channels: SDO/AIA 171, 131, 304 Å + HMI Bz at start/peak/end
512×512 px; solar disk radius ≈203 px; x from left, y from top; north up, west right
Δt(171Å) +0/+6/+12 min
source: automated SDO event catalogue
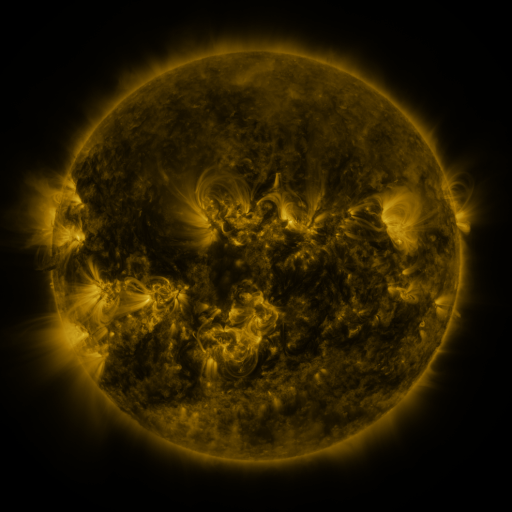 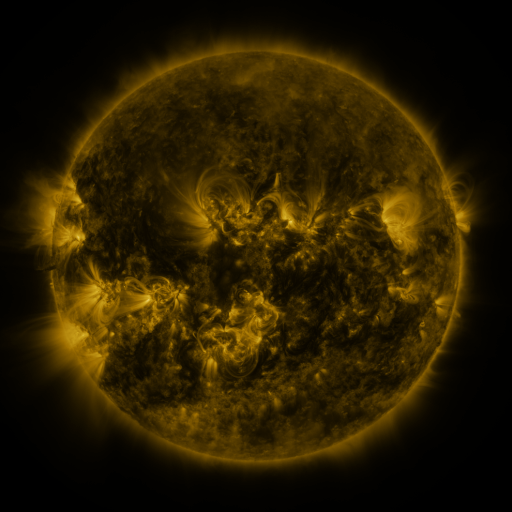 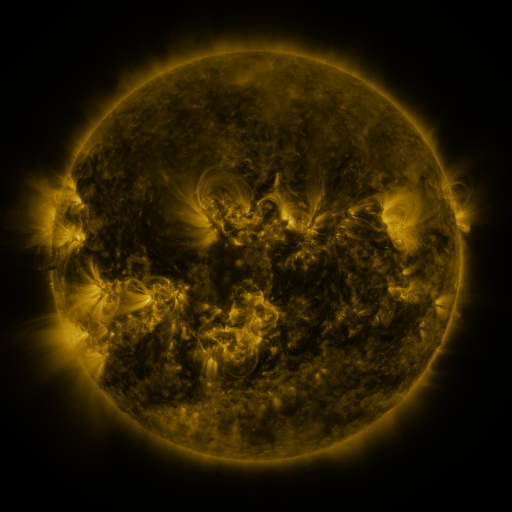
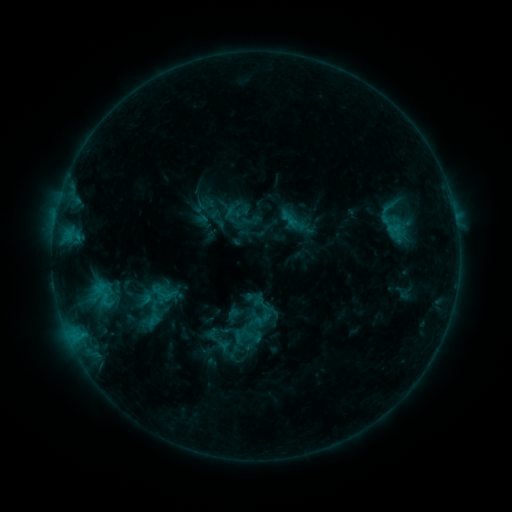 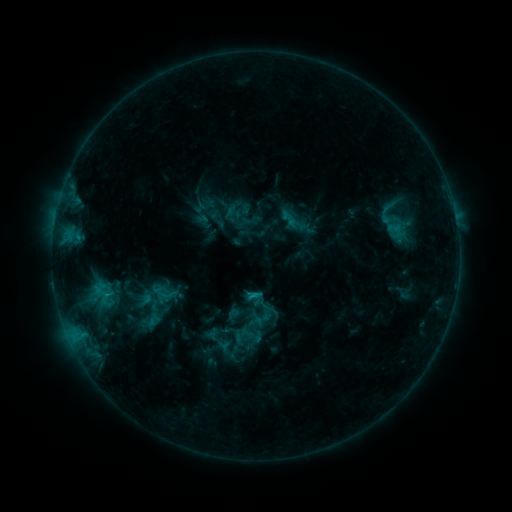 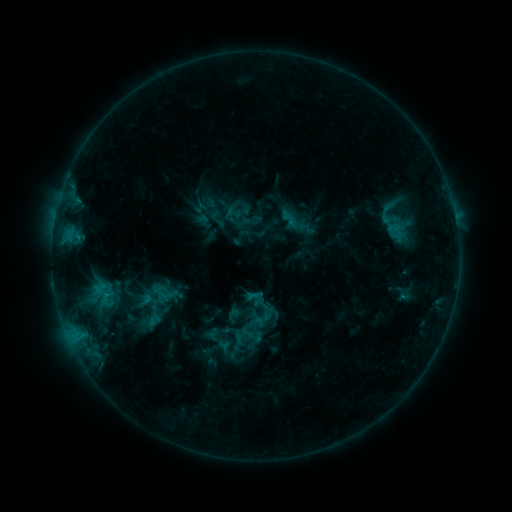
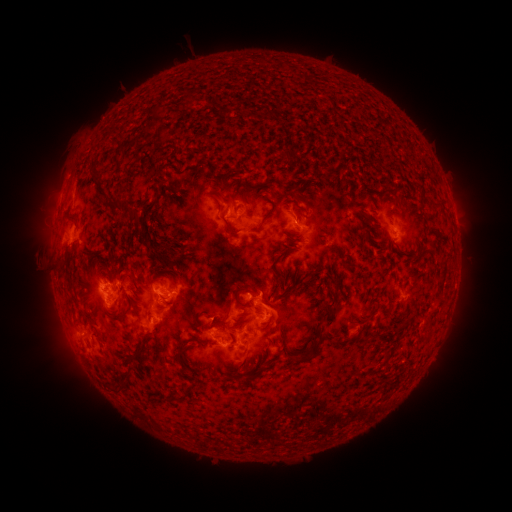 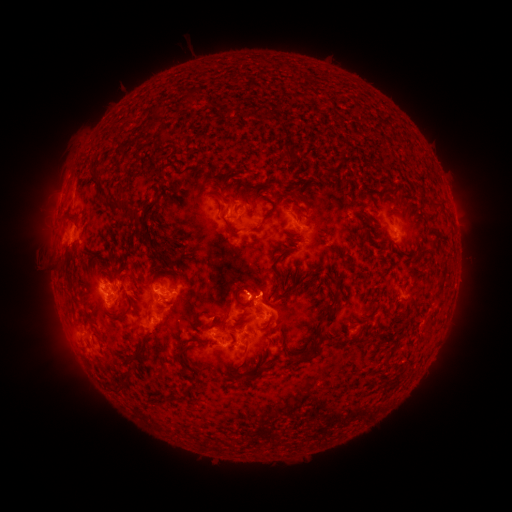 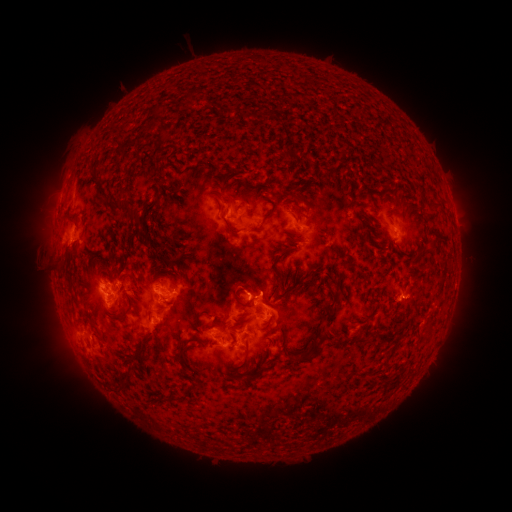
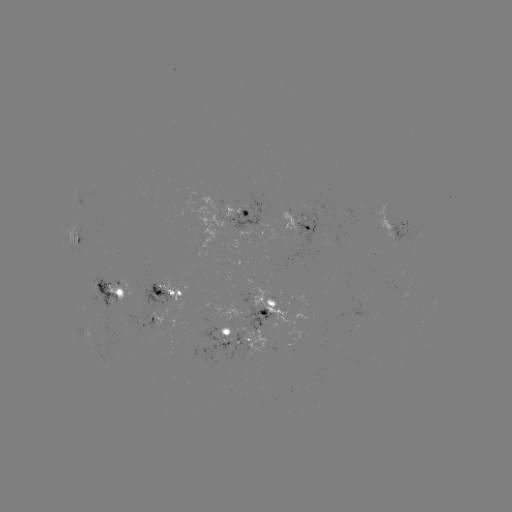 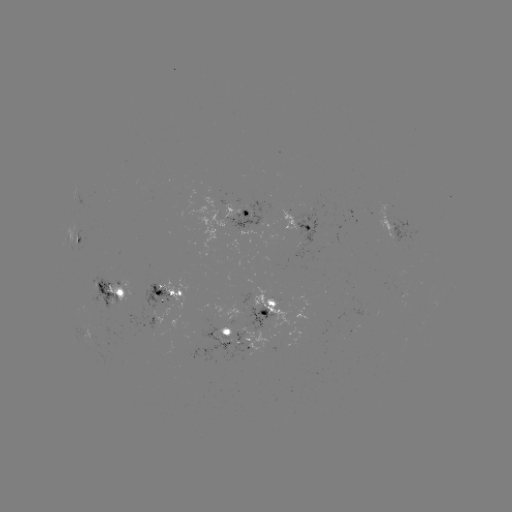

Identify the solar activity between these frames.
C1.4 flare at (110, 292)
